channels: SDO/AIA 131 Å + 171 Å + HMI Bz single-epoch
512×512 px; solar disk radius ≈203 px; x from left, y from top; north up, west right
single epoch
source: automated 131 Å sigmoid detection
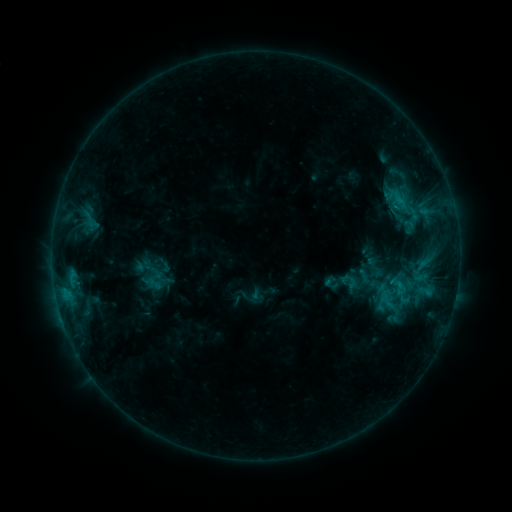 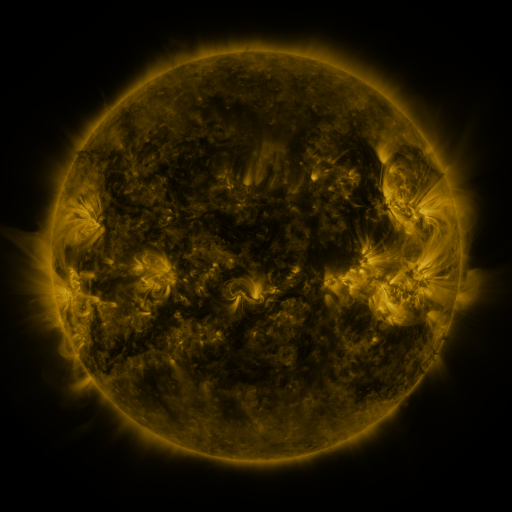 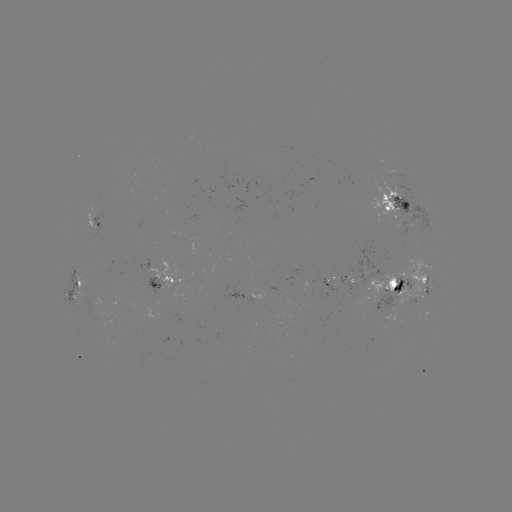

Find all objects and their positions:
sigmoid: (400, 201)
